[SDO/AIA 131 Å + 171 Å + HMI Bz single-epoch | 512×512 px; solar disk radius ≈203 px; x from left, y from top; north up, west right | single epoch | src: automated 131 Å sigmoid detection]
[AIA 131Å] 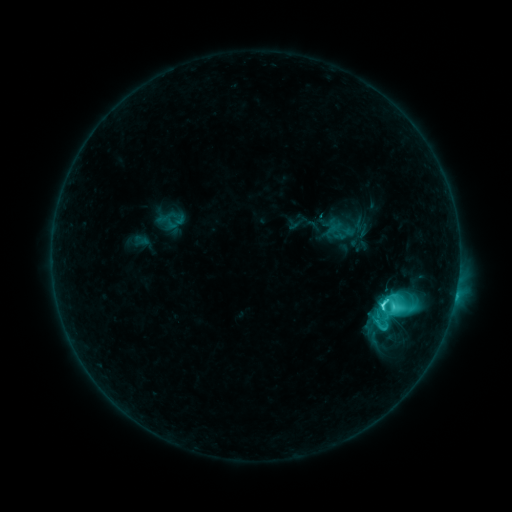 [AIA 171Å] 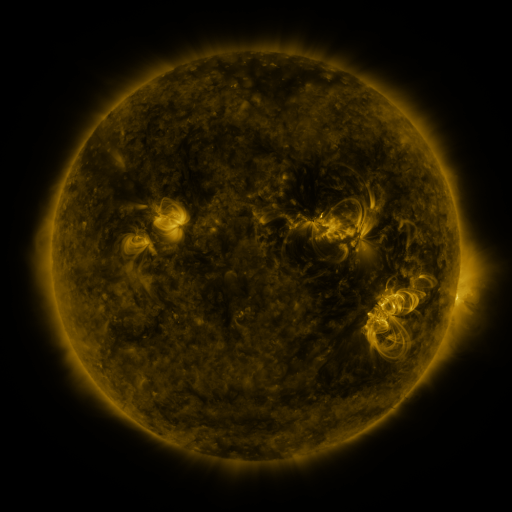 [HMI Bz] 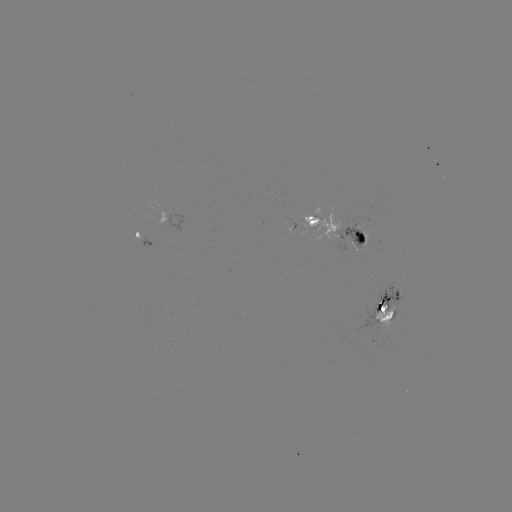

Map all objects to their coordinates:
sigmoid: <bbox>377, 292, 405, 319</bbox>
